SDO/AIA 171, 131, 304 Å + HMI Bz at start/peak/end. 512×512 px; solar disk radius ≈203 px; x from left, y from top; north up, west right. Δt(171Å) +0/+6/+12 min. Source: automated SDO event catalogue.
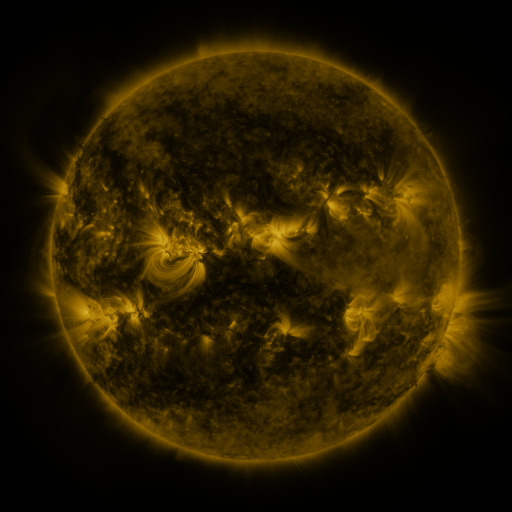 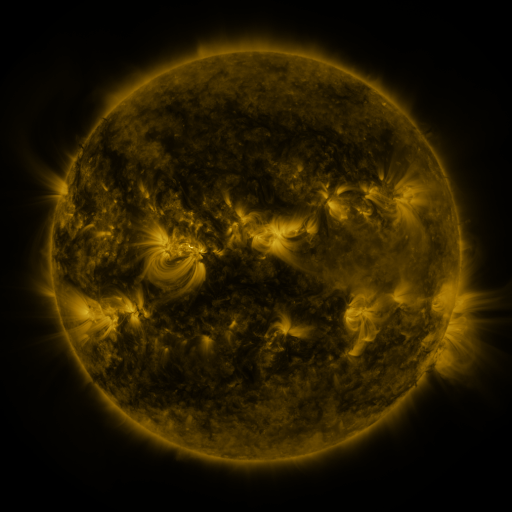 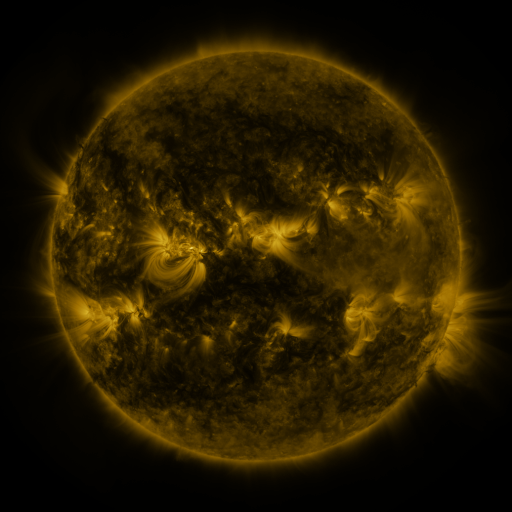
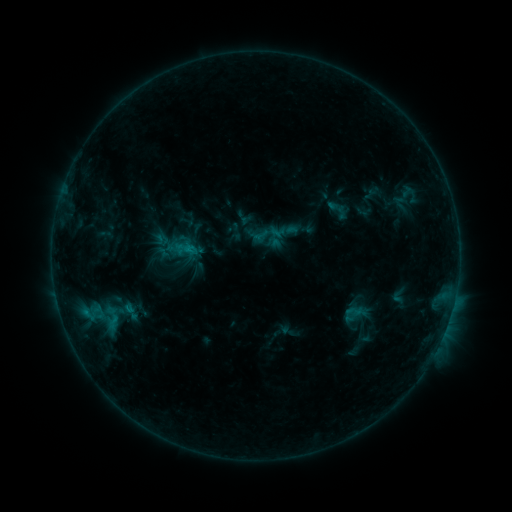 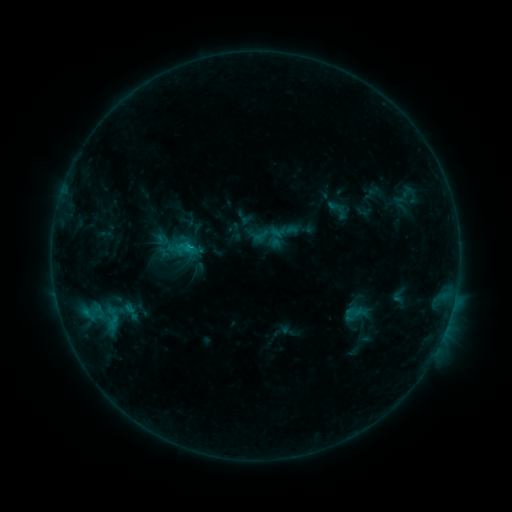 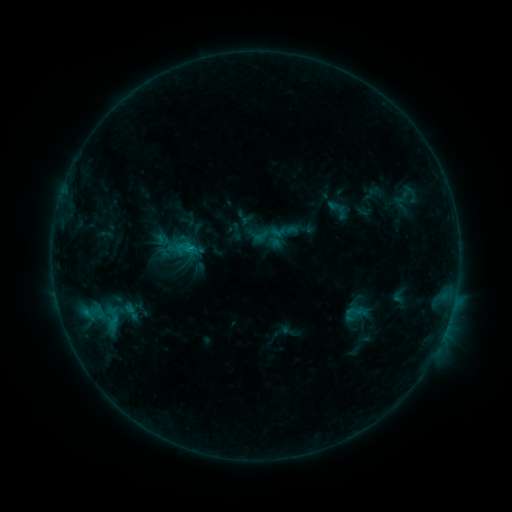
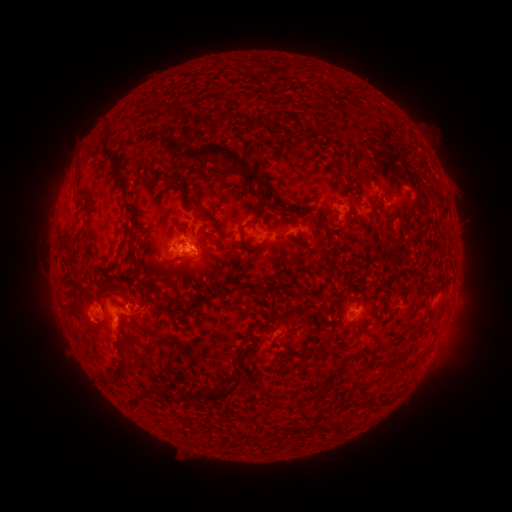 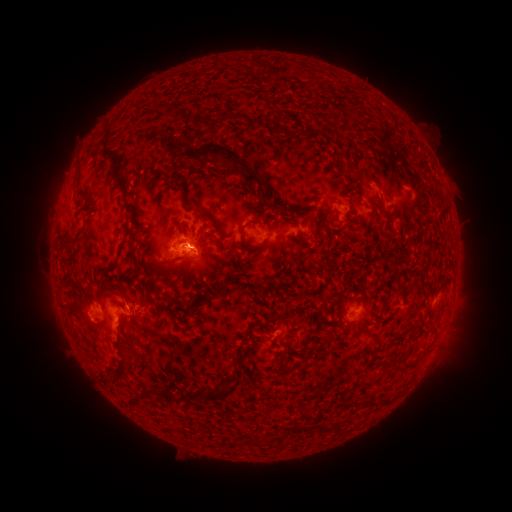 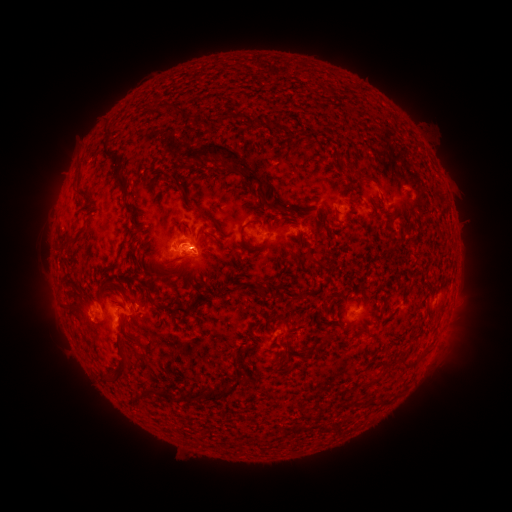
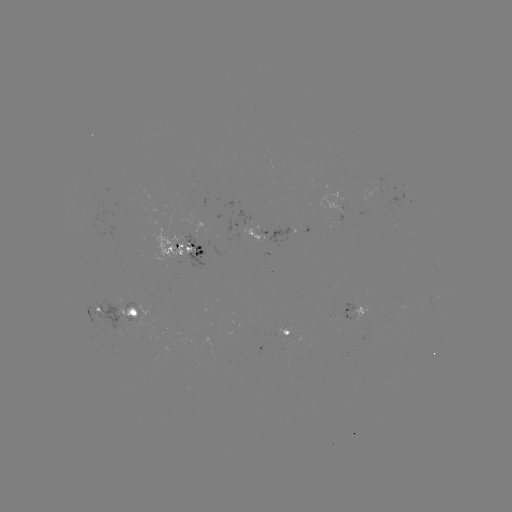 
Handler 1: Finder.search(B8.8 flare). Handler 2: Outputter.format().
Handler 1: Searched B8.8 flare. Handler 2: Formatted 193,249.